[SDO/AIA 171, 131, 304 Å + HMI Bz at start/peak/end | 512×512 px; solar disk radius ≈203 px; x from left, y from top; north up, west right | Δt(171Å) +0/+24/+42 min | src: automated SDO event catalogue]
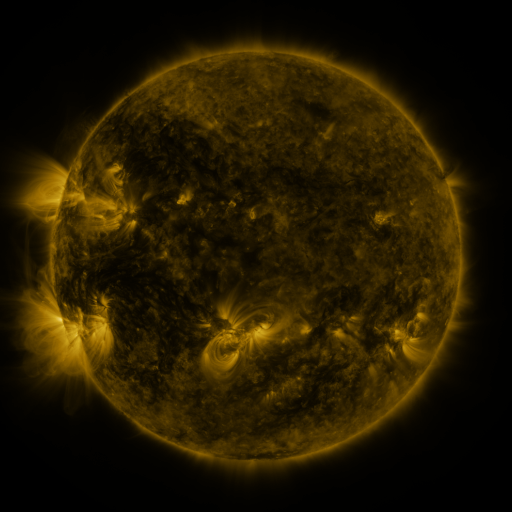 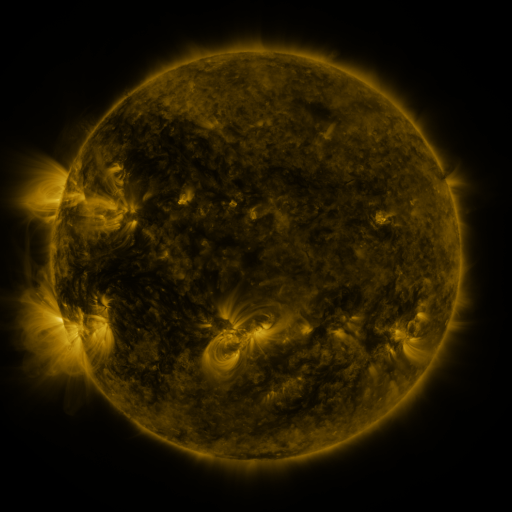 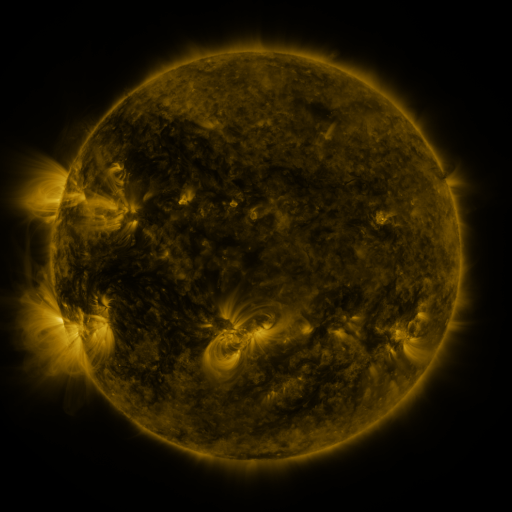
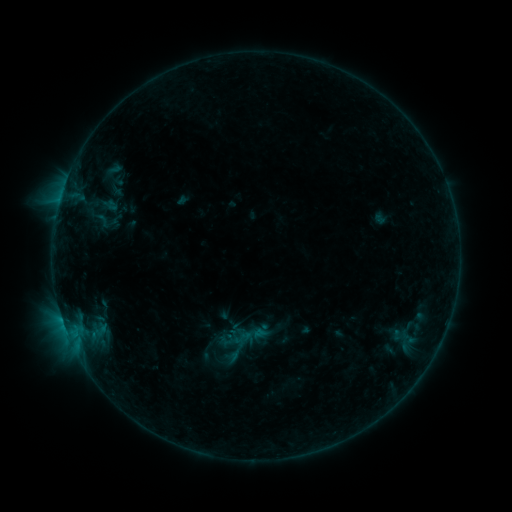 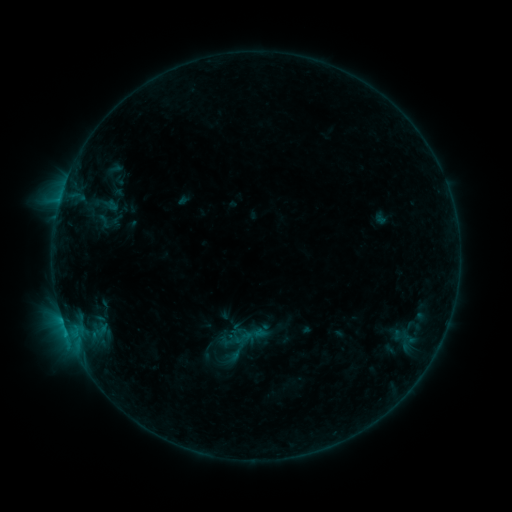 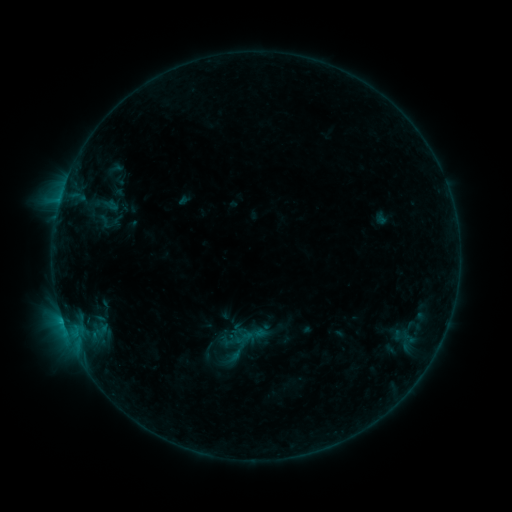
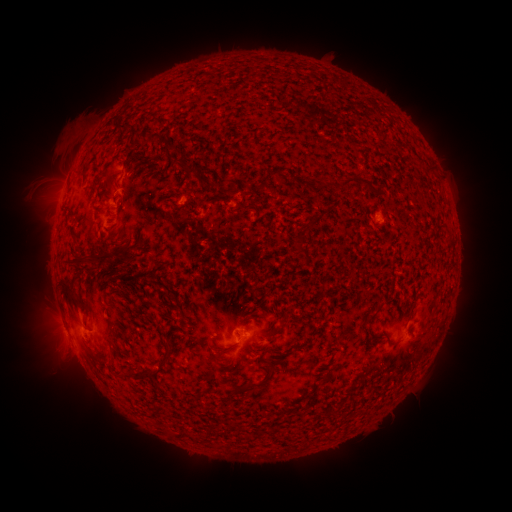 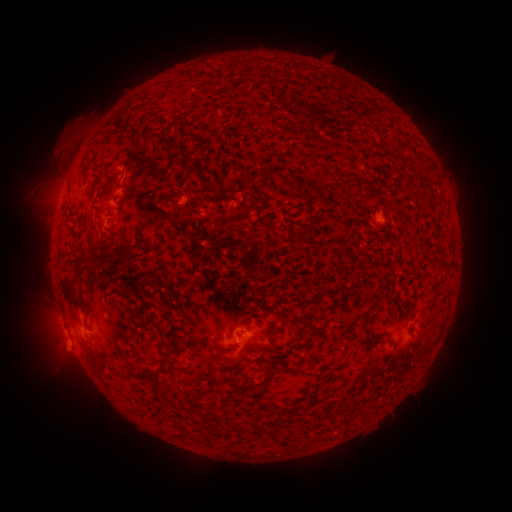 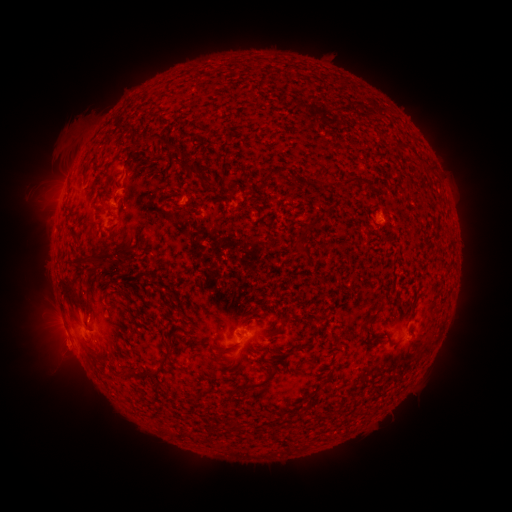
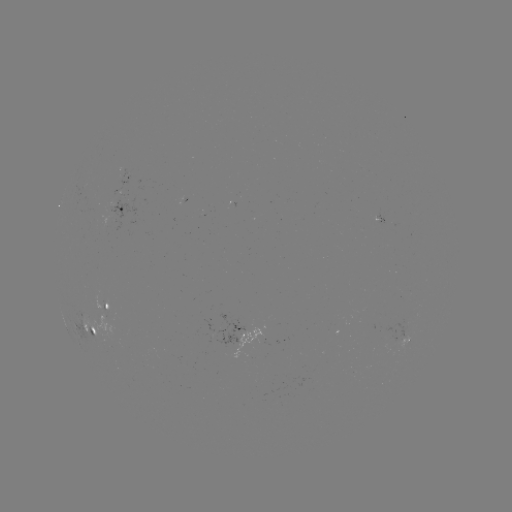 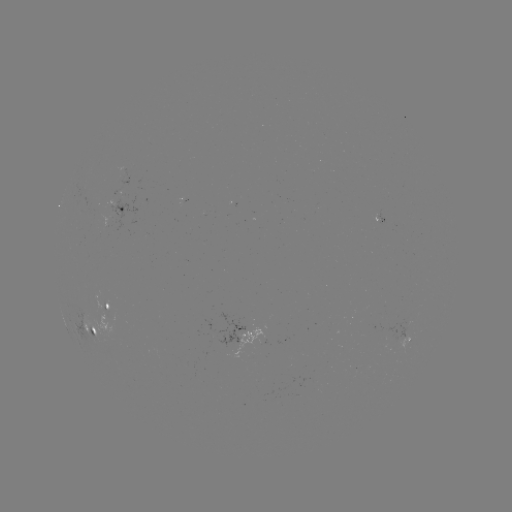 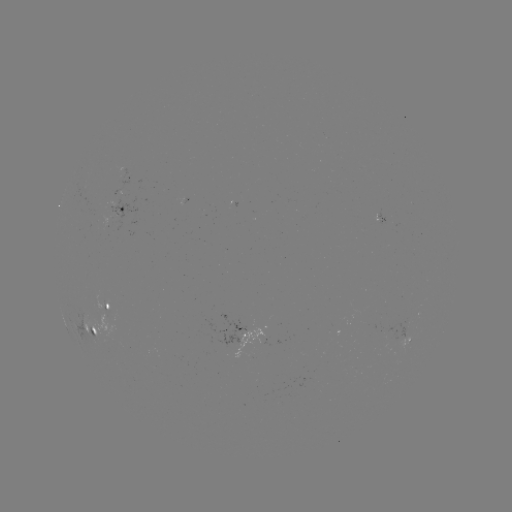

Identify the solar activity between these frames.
B5.9 flare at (67, 332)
